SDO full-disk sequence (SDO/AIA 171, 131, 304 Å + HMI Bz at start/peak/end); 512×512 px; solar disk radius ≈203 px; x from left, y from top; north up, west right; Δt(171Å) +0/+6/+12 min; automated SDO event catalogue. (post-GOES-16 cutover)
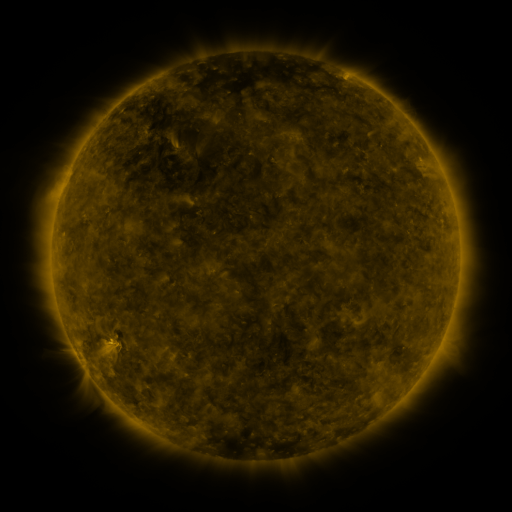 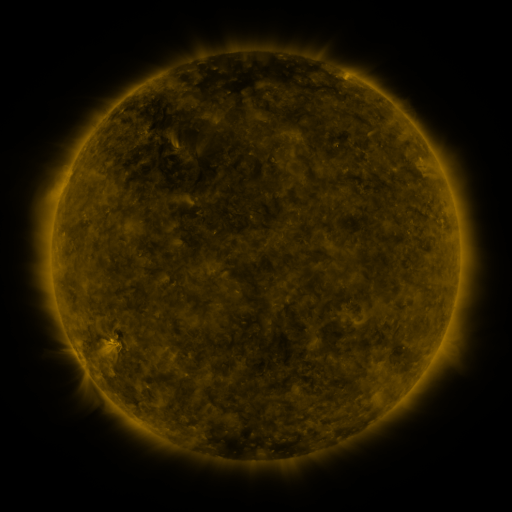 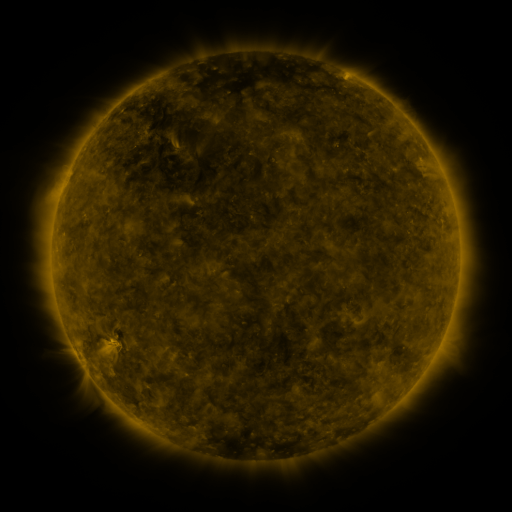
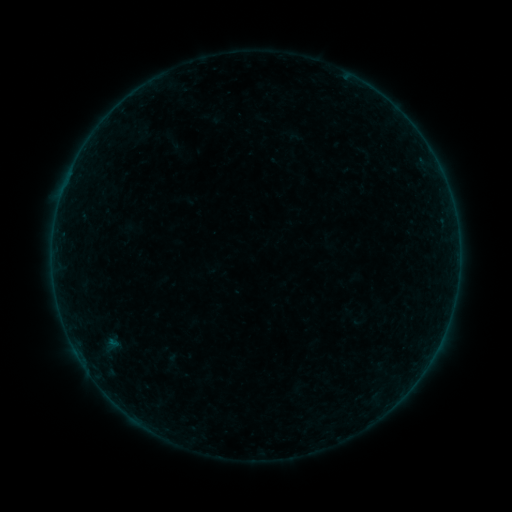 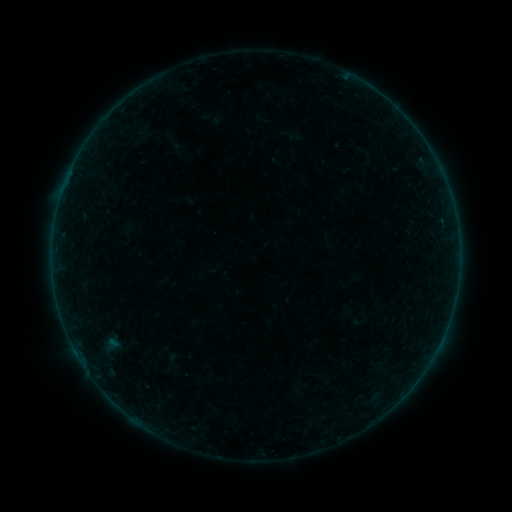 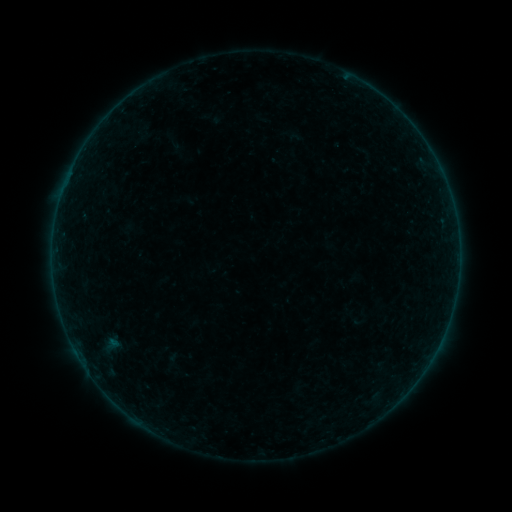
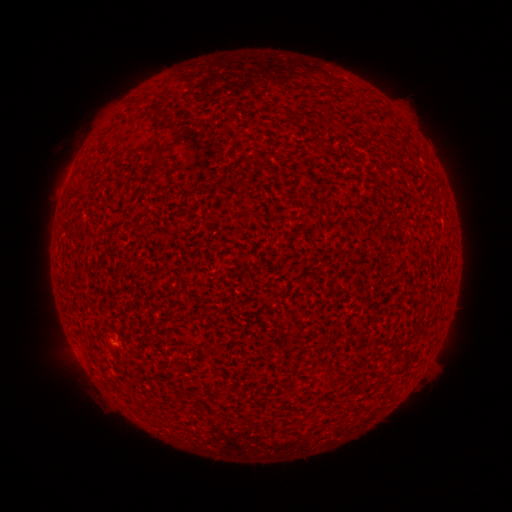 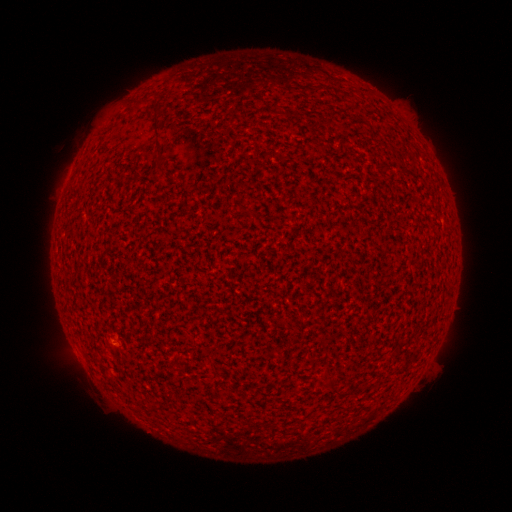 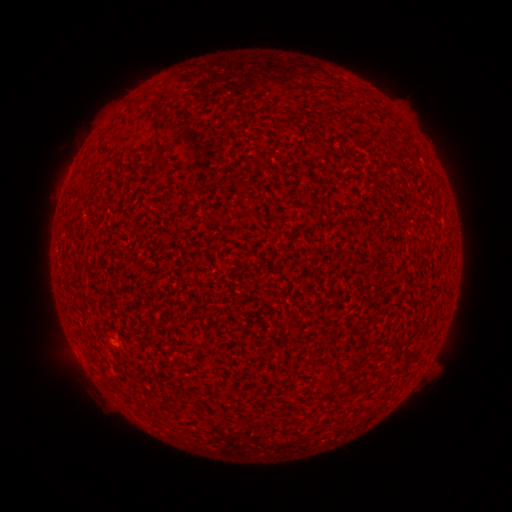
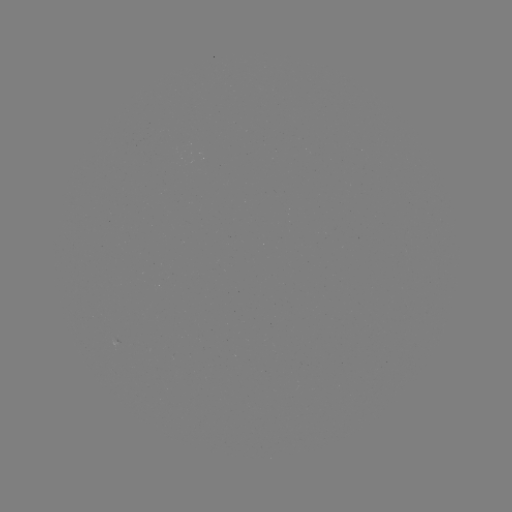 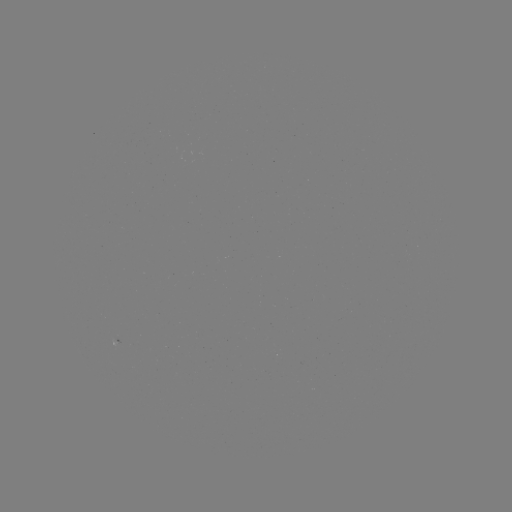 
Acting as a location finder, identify A1.7 flare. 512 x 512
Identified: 115,344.